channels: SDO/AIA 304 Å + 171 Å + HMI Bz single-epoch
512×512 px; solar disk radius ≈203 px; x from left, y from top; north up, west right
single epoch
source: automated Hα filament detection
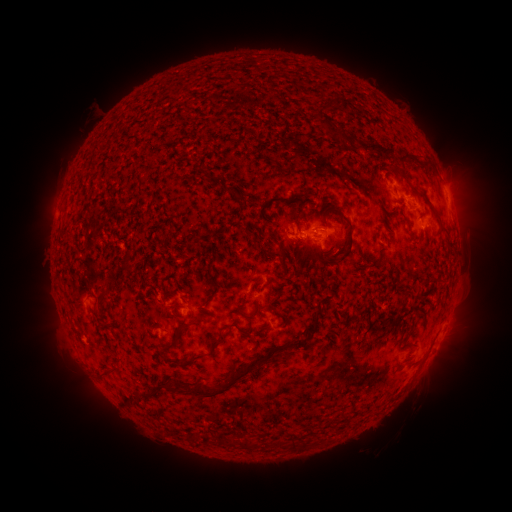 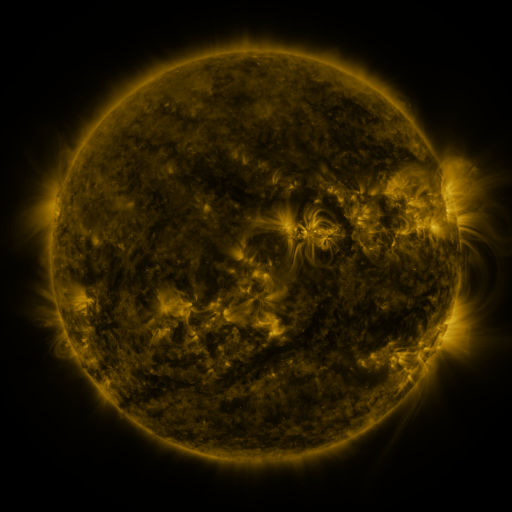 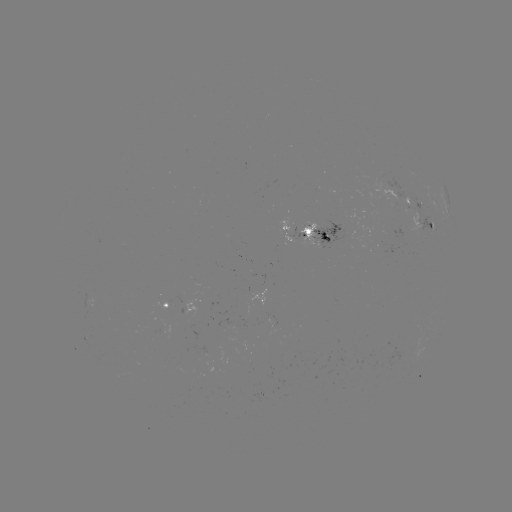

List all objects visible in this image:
filament: [333, 96, 341, 108]
filament: [323, 120, 337, 133]
filament: [360, 142, 396, 157]
filament: [398, 155, 410, 165]
filament: [330, 207, 353, 259]
filament: [398, 207, 410, 229]
filament: [321, 235, 331, 243]
filament: [279, 249, 286, 270]
filament: [318, 255, 337, 267]
filament: [201, 289, 217, 307]
filament: [243, 310, 256, 322]
filament: [215, 322, 252, 337]
filament: [150, 323, 161, 331]
filament: [306, 325, 318, 334]
filament: [180, 337, 220, 364]
filament: [160, 338, 178, 350]
filament: [288, 338, 306, 348]
filament: [171, 355, 265, 398]
filament: [101, 364, 119, 376]
filament: [157, 377, 168, 386]
filament: [236, 439, 248, 450]
